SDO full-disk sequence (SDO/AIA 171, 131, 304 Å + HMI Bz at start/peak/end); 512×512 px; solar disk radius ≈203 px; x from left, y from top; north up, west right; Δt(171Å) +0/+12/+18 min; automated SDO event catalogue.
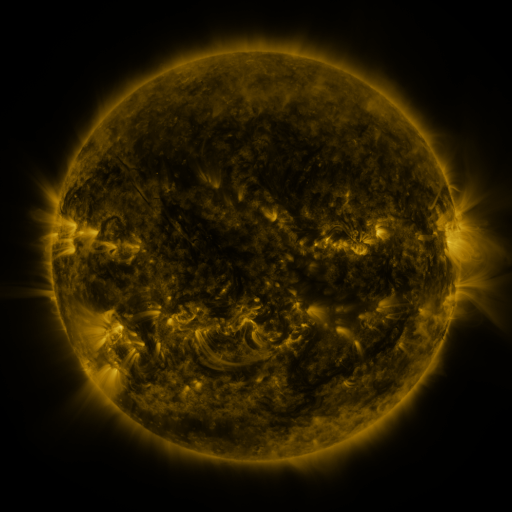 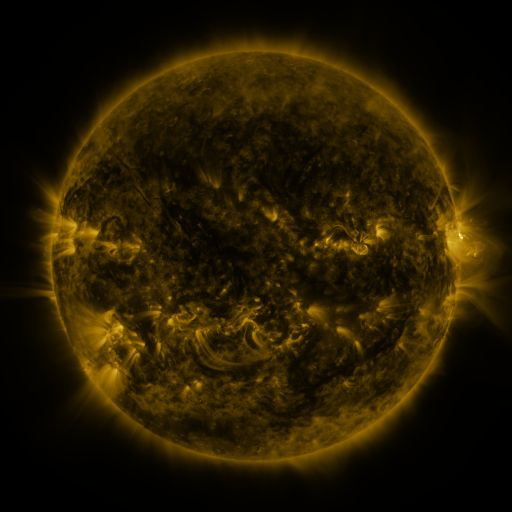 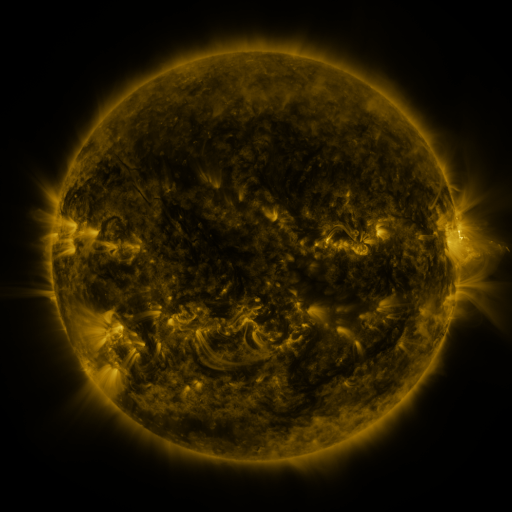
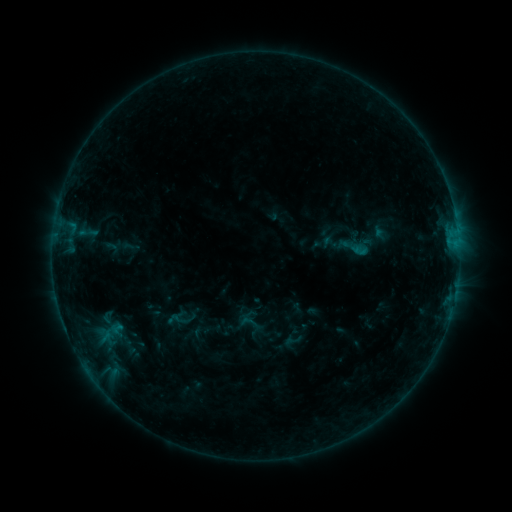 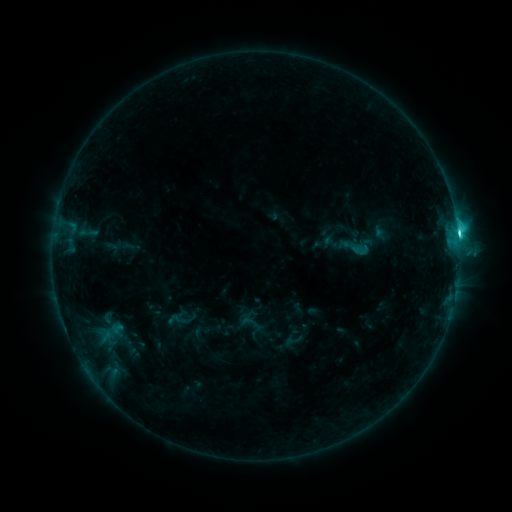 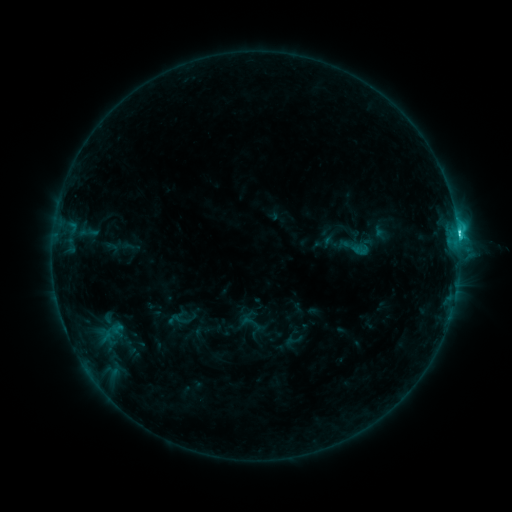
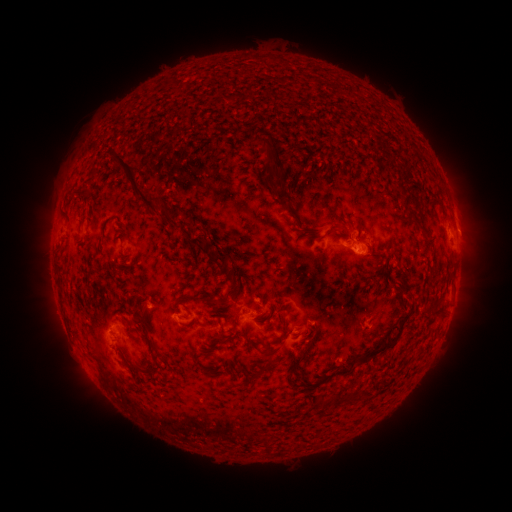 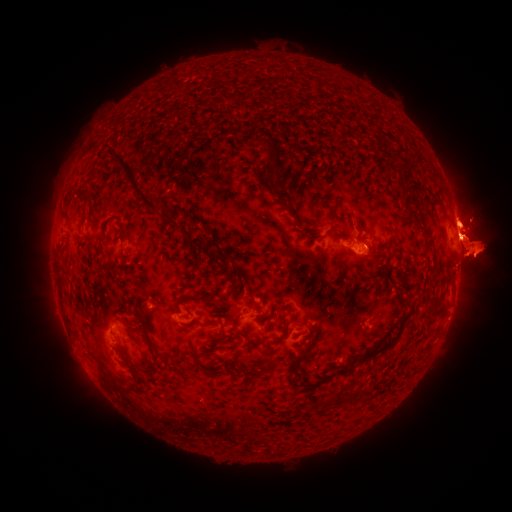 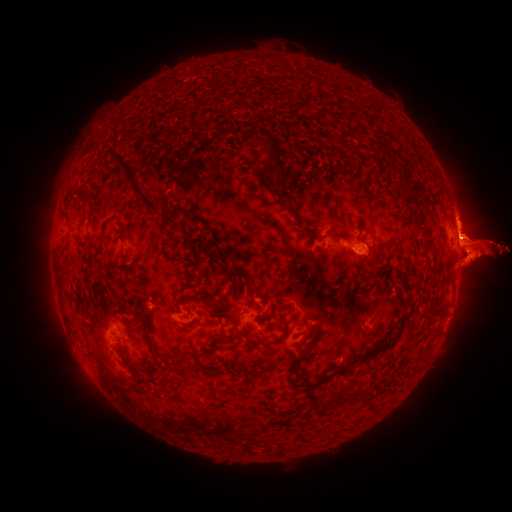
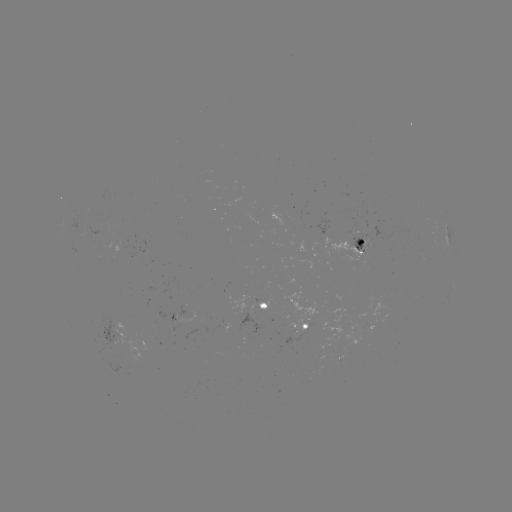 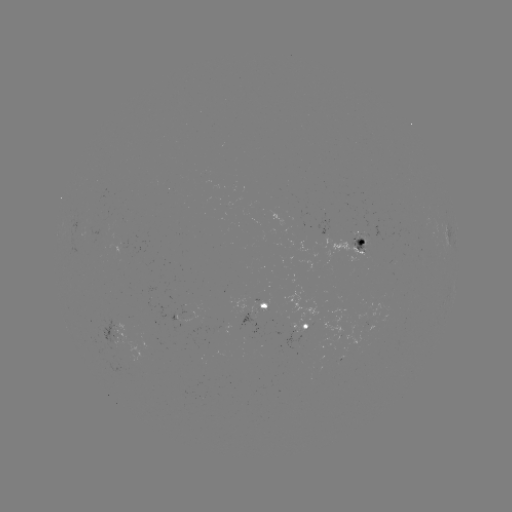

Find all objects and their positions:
C4.3 flare: (458, 235)
